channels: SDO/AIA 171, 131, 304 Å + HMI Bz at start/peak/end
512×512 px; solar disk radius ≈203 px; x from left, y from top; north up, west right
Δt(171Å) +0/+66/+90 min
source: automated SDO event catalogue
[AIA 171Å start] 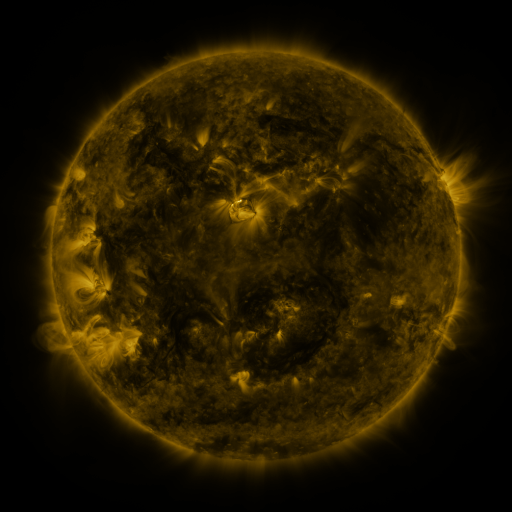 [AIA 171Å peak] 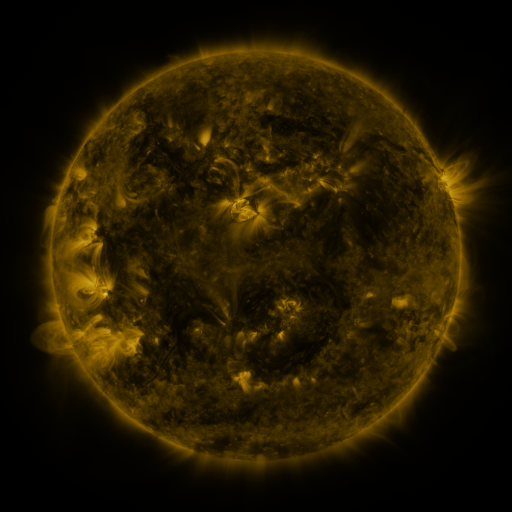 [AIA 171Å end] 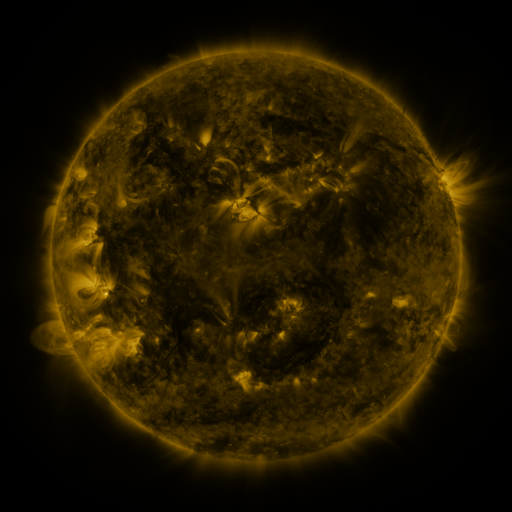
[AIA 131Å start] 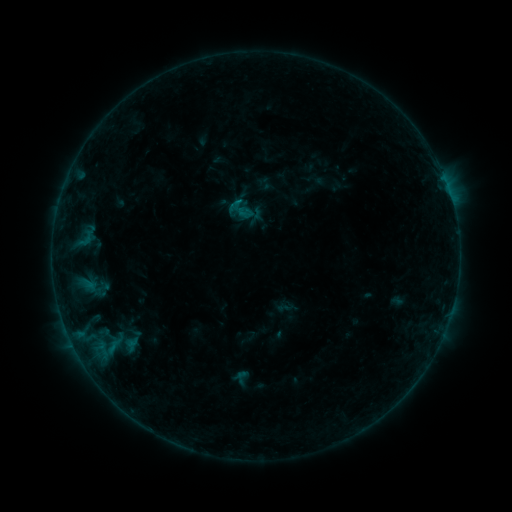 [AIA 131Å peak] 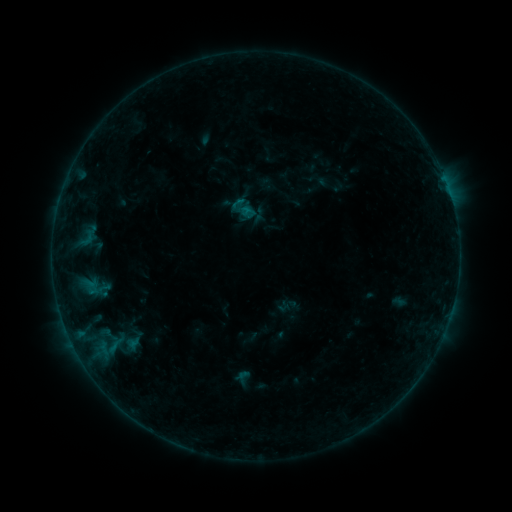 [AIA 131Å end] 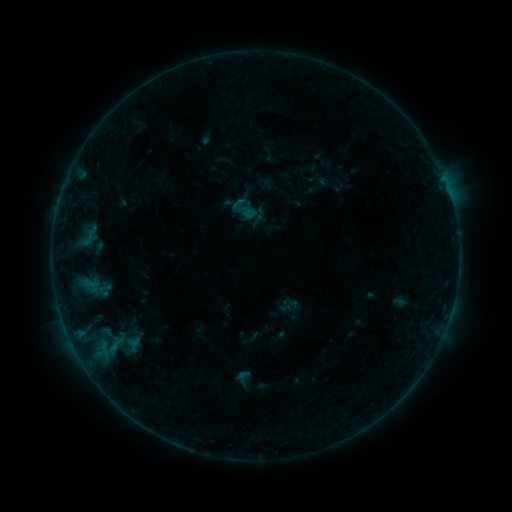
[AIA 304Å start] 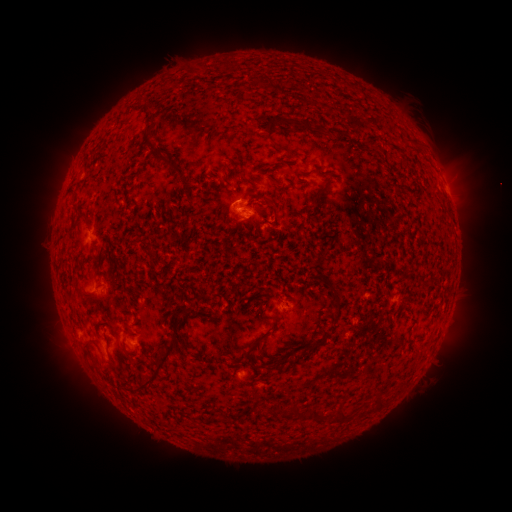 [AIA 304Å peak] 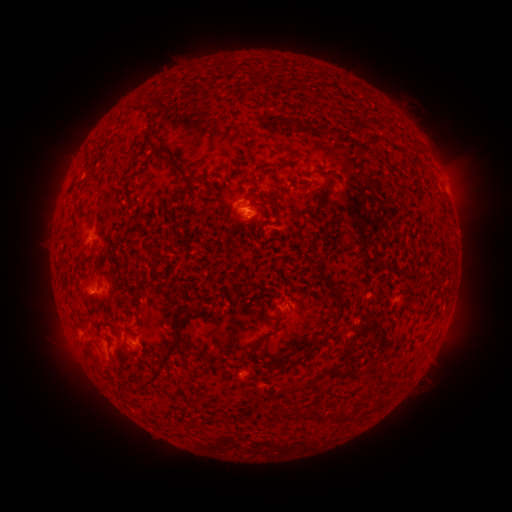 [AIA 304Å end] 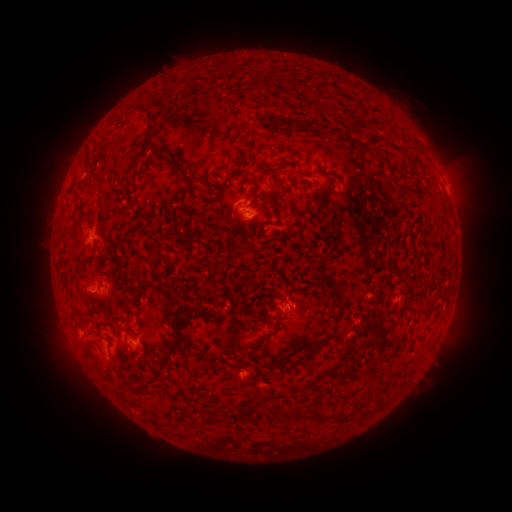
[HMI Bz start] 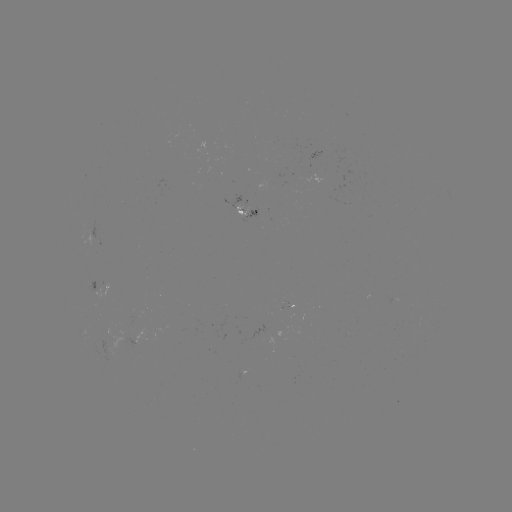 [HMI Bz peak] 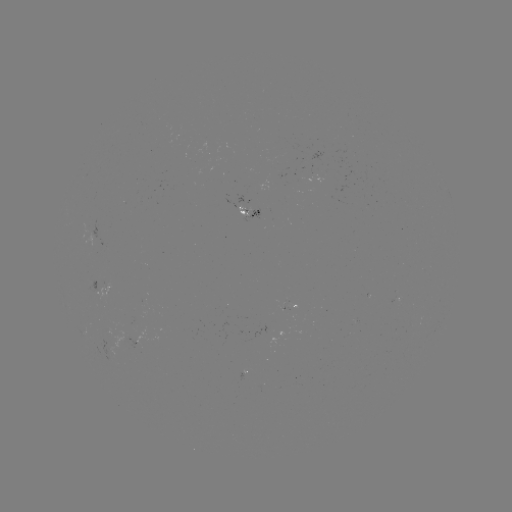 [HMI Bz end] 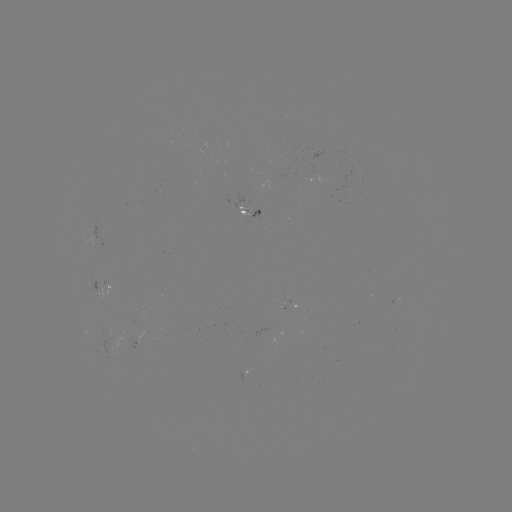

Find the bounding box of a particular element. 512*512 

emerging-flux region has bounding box [236, 204, 250, 217].